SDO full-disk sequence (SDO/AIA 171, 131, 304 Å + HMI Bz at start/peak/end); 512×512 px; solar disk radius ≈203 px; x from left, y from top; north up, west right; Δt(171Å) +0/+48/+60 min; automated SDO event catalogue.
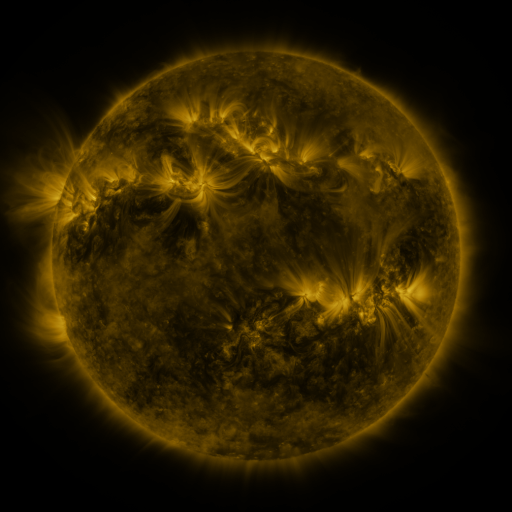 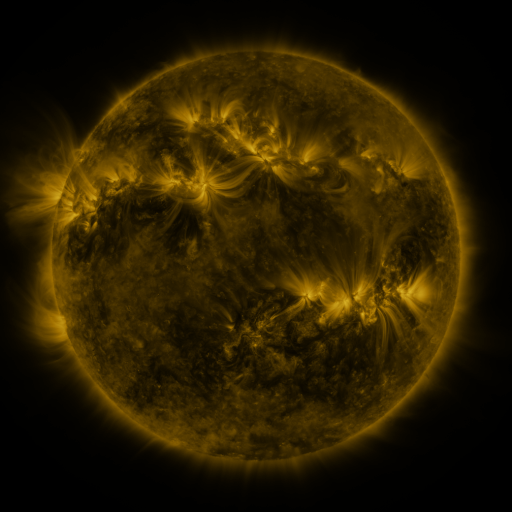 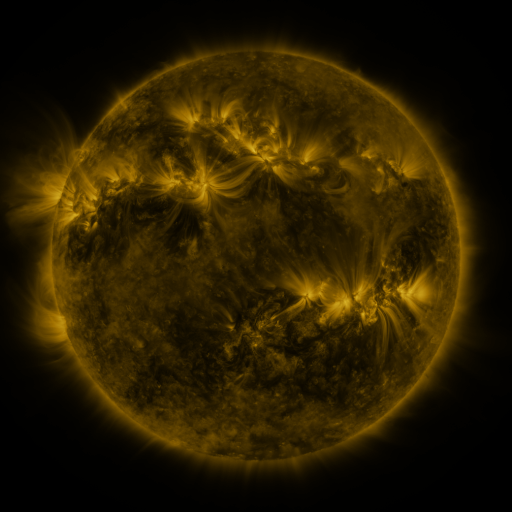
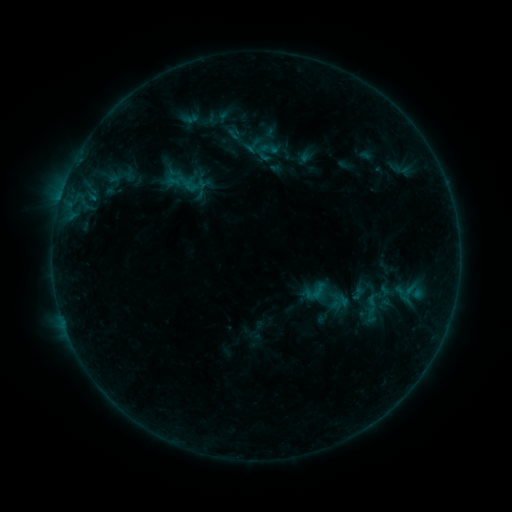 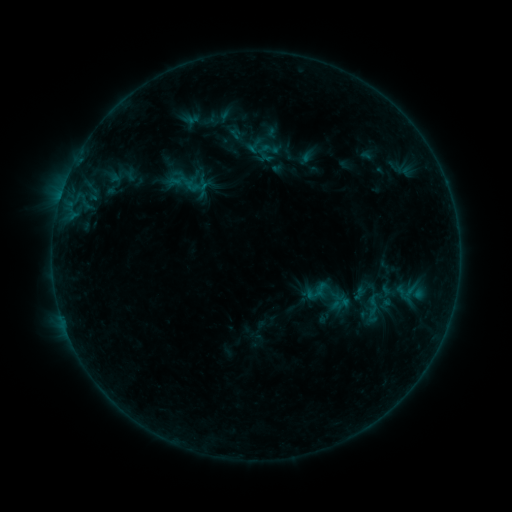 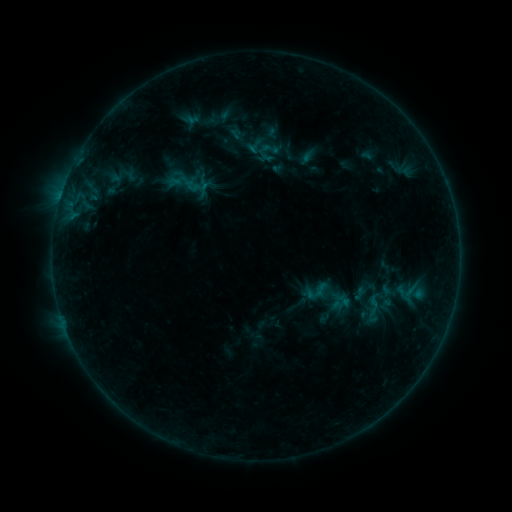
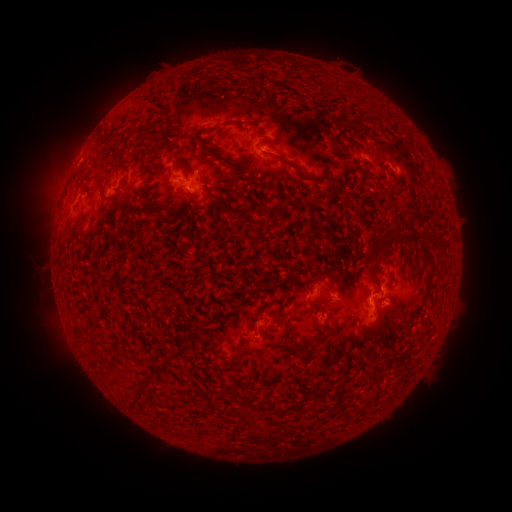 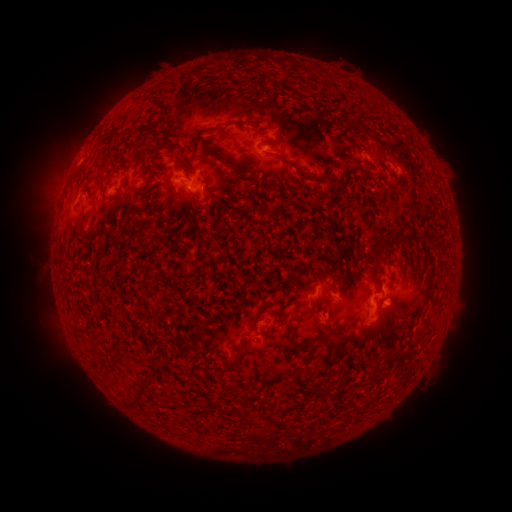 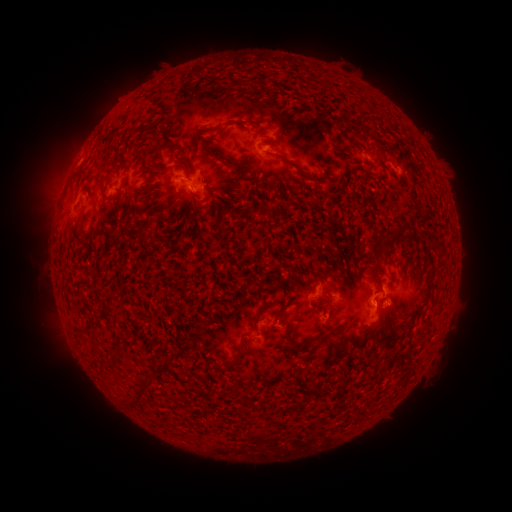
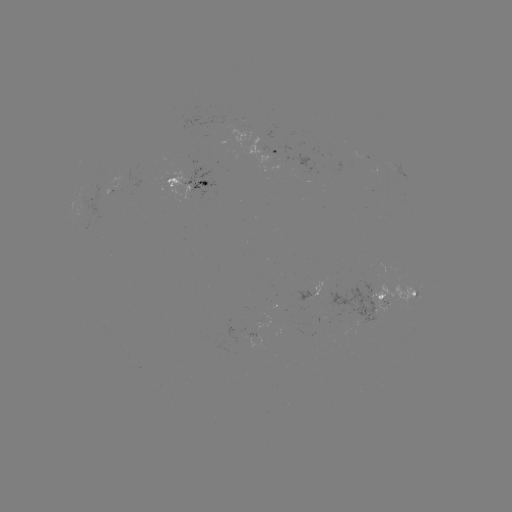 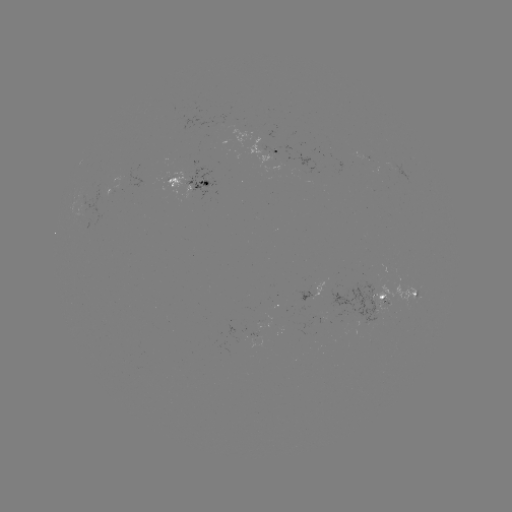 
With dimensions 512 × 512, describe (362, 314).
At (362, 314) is emerging-flux region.